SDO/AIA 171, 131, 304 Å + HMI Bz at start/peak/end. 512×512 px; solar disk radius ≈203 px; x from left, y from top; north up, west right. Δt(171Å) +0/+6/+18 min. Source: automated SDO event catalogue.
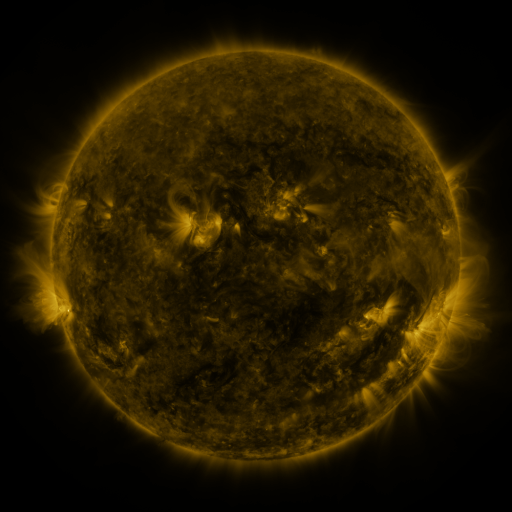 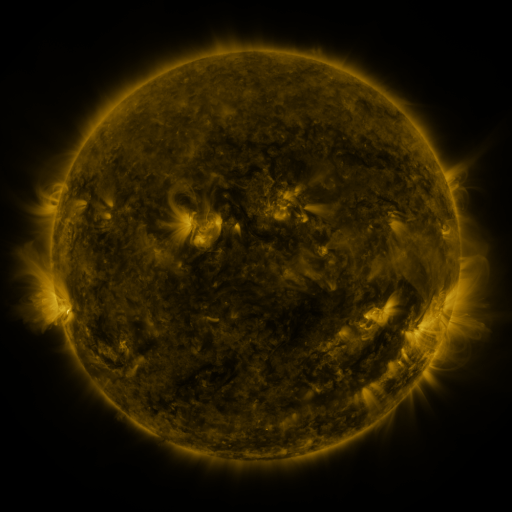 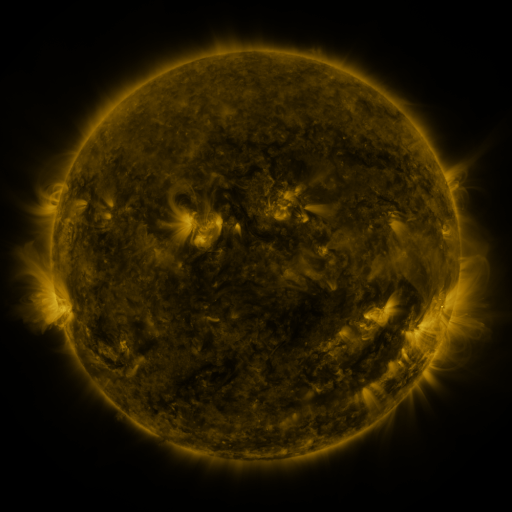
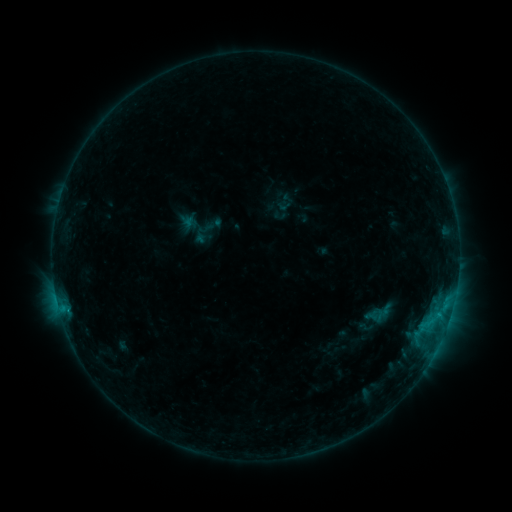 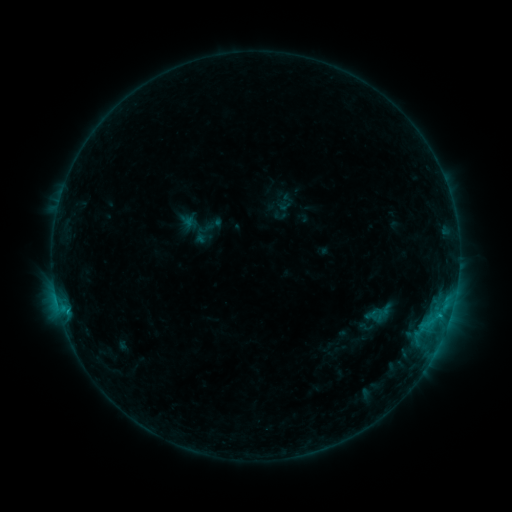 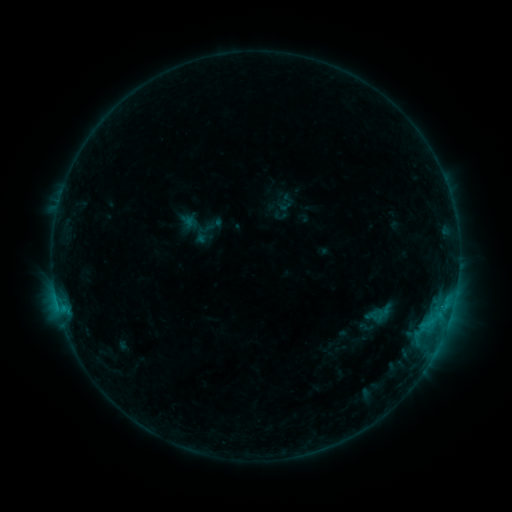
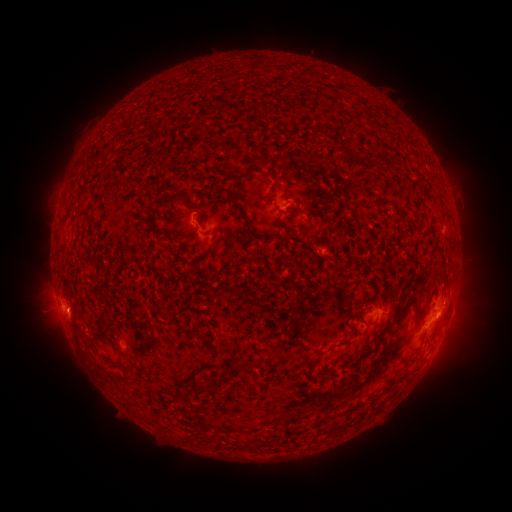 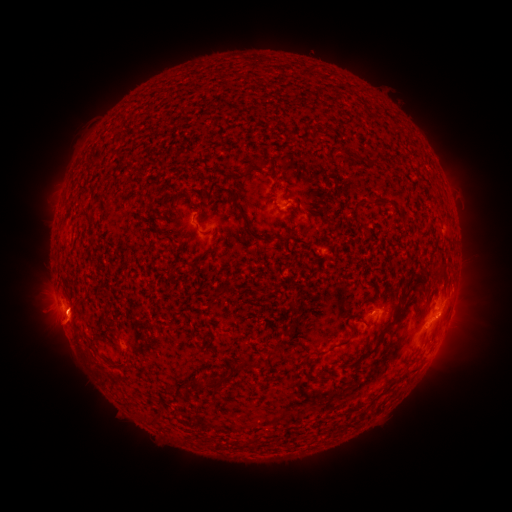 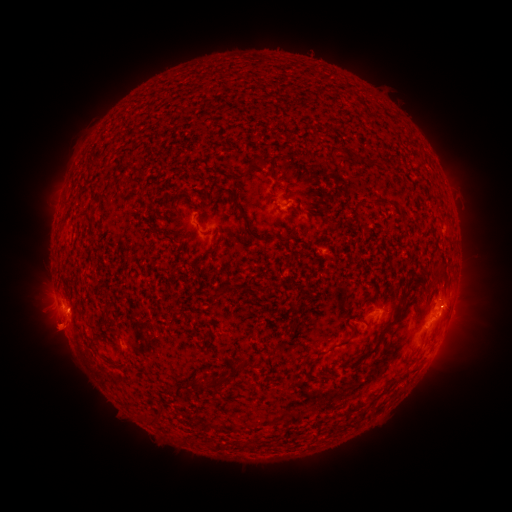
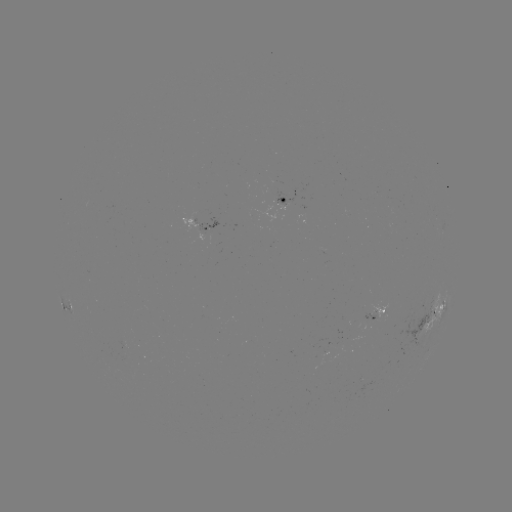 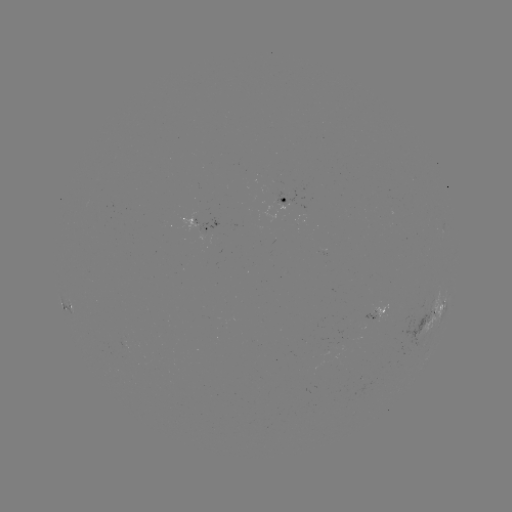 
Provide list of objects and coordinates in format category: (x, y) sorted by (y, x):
eruption: (61, 333)
